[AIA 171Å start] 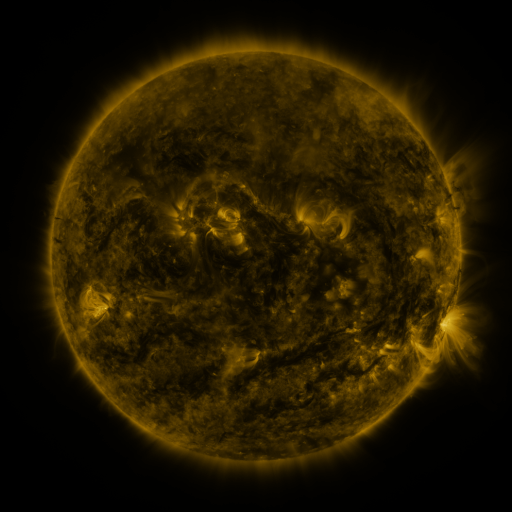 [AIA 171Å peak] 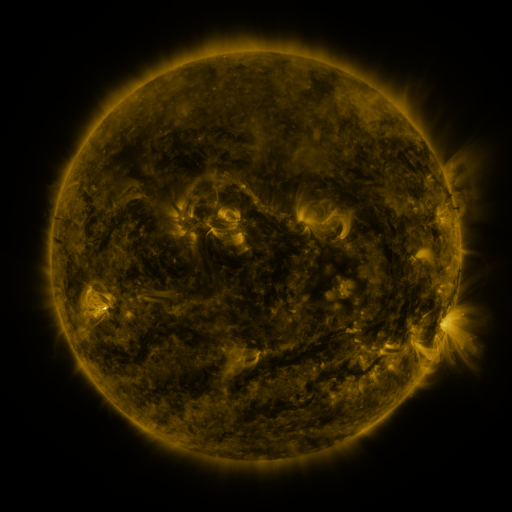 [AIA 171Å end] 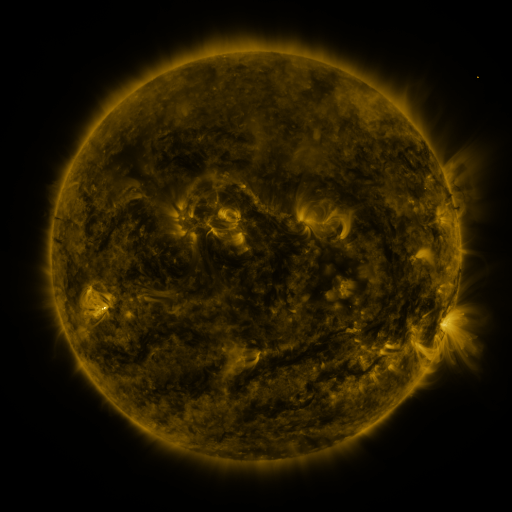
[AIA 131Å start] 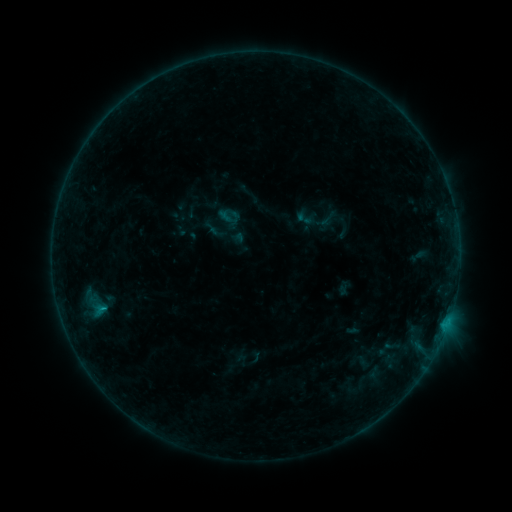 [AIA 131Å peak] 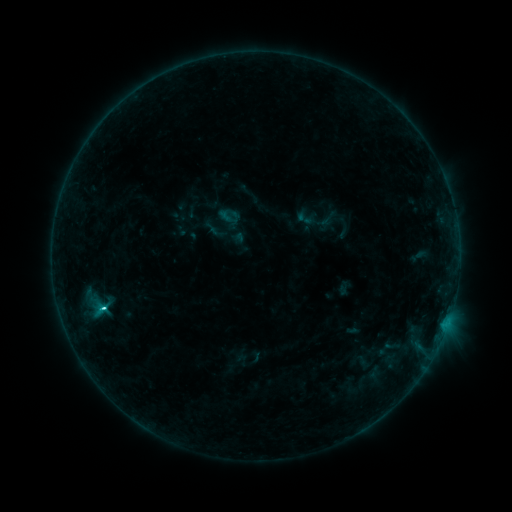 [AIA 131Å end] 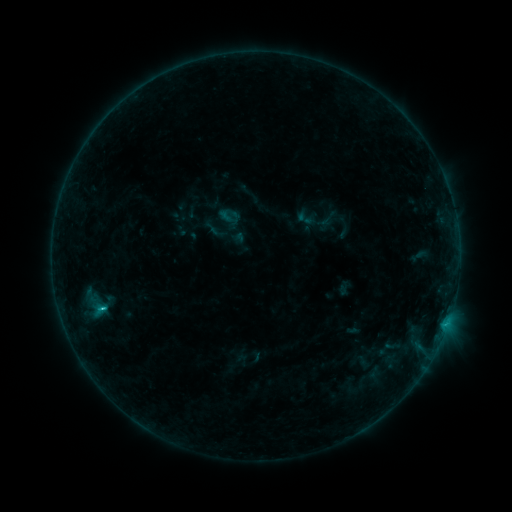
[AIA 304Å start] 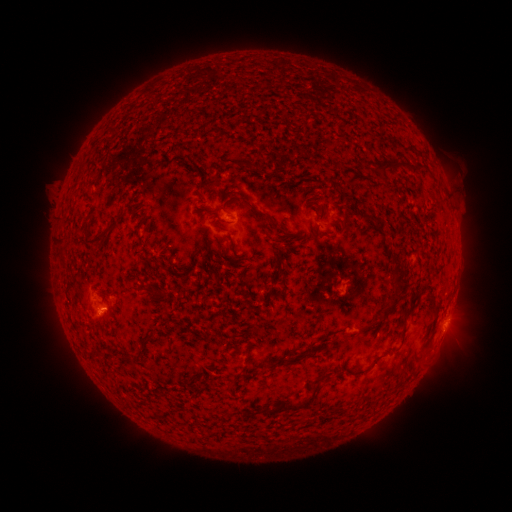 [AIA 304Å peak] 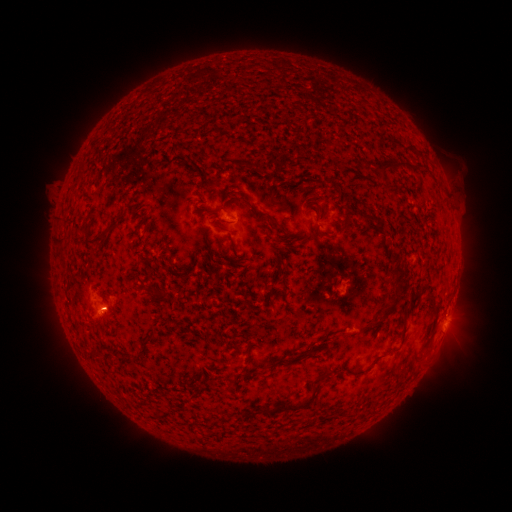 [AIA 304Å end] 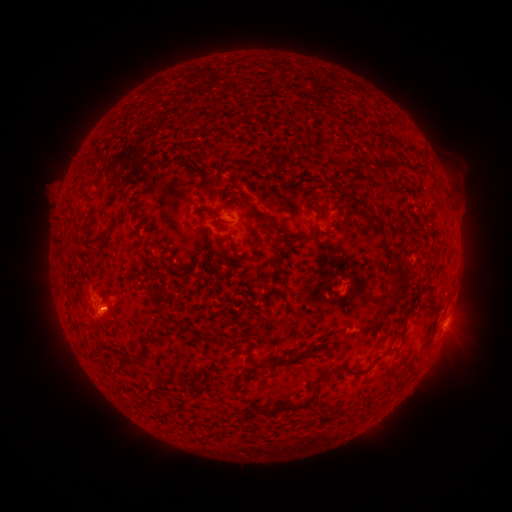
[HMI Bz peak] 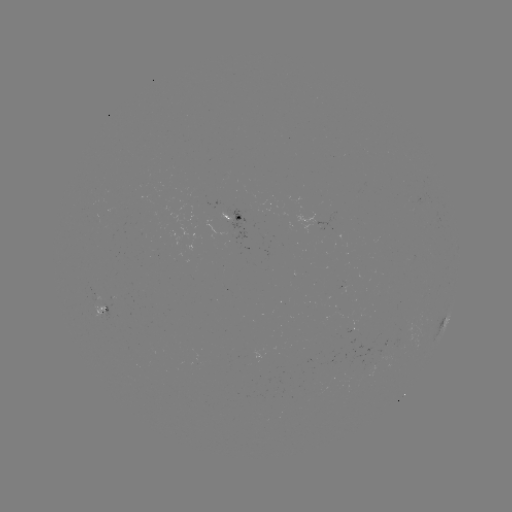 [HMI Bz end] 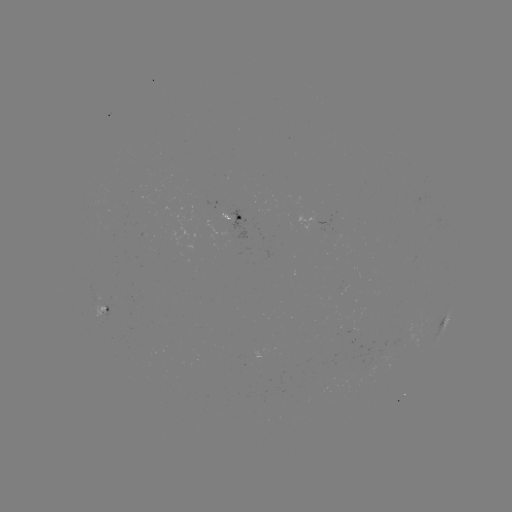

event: flare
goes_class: C1.6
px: (104, 306)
